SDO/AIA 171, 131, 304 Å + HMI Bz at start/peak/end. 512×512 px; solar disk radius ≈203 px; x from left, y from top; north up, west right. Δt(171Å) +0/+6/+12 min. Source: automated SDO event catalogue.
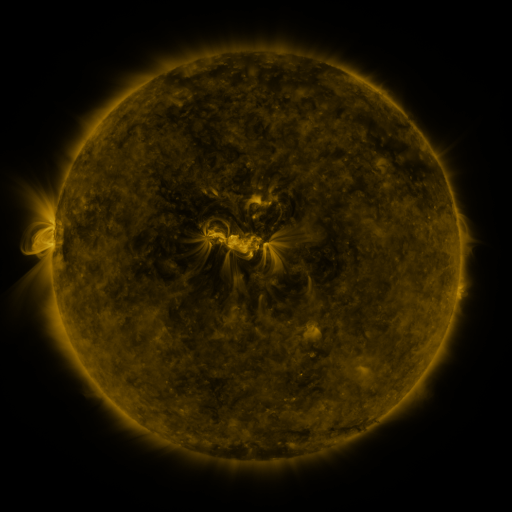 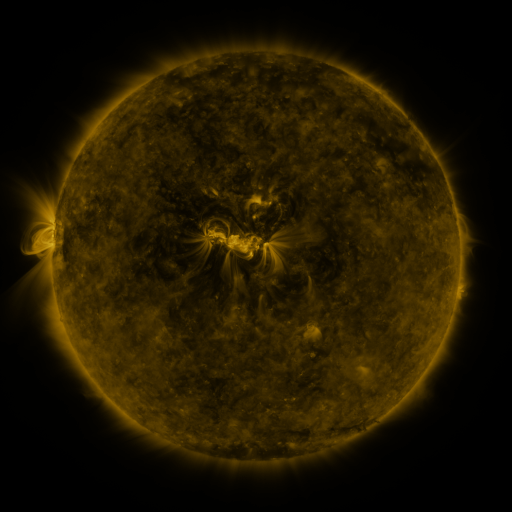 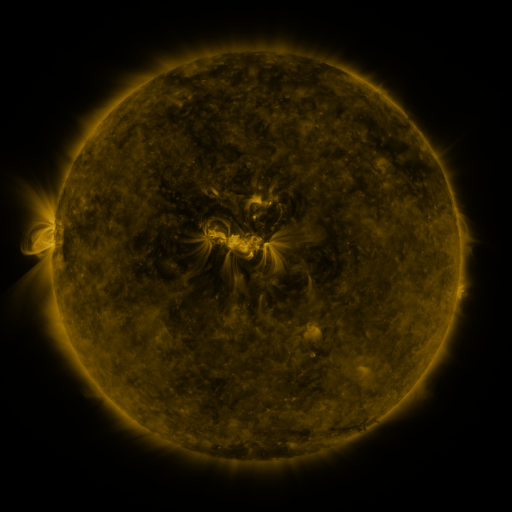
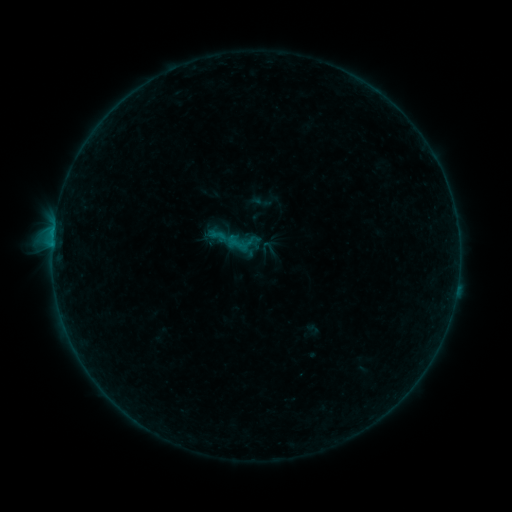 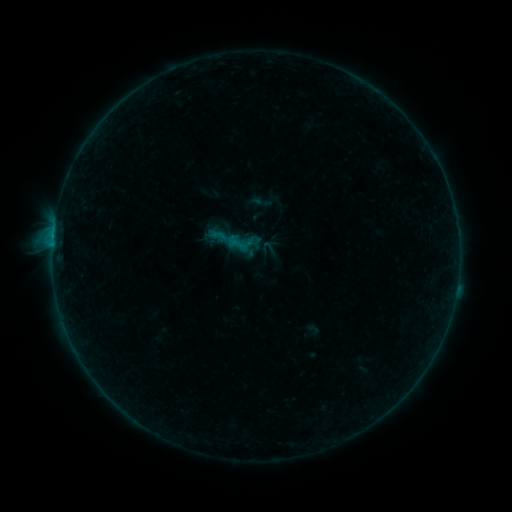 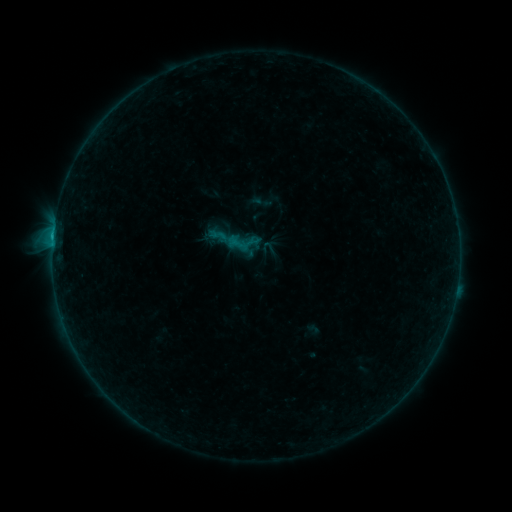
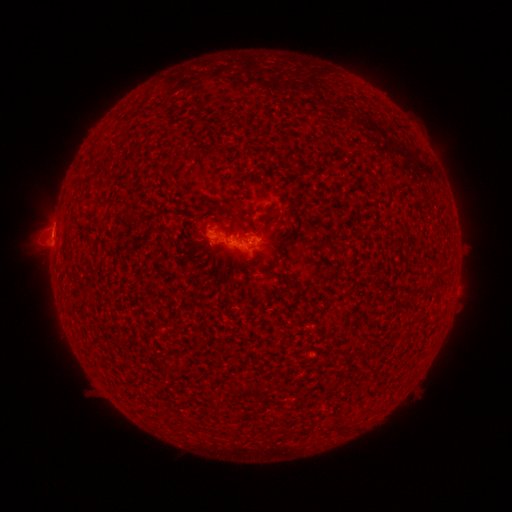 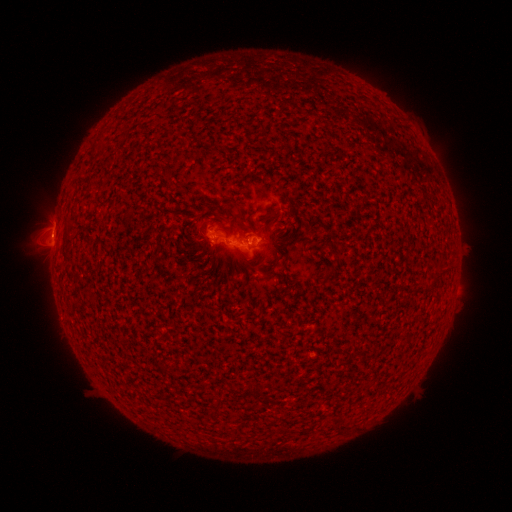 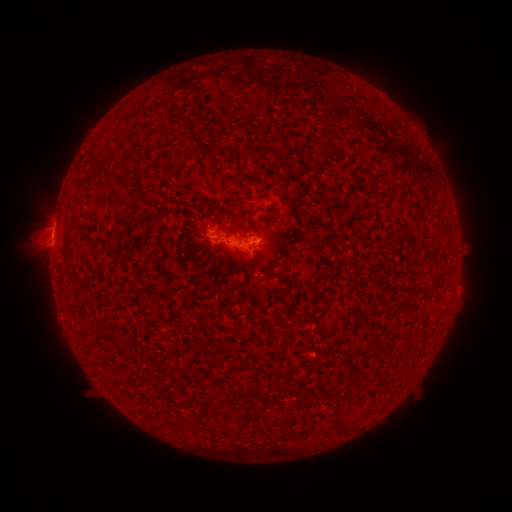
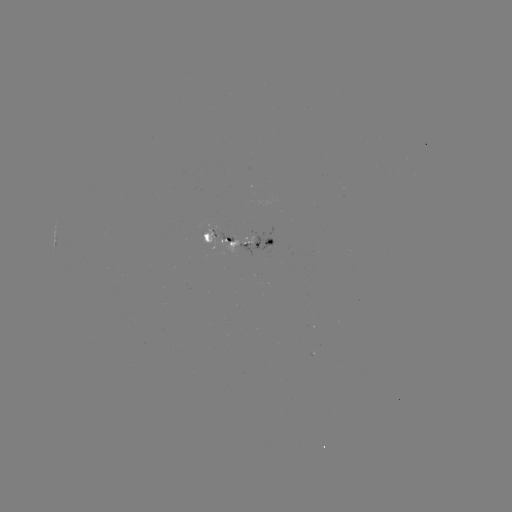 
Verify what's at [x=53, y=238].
B6.6 flare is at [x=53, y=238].